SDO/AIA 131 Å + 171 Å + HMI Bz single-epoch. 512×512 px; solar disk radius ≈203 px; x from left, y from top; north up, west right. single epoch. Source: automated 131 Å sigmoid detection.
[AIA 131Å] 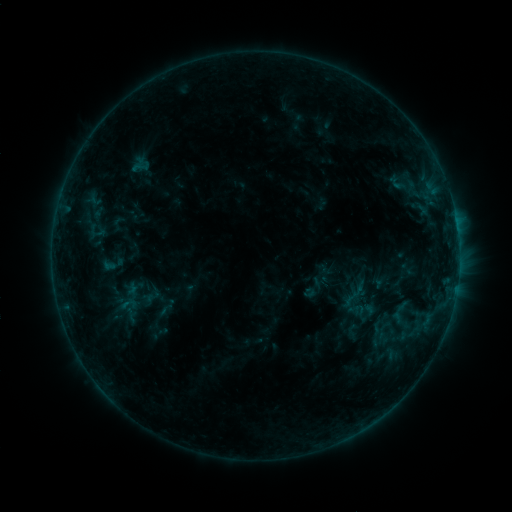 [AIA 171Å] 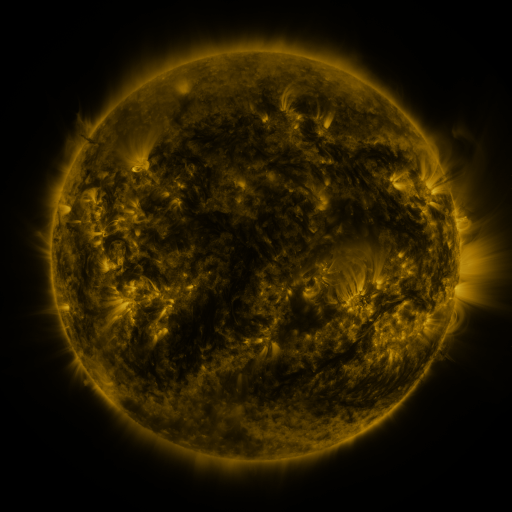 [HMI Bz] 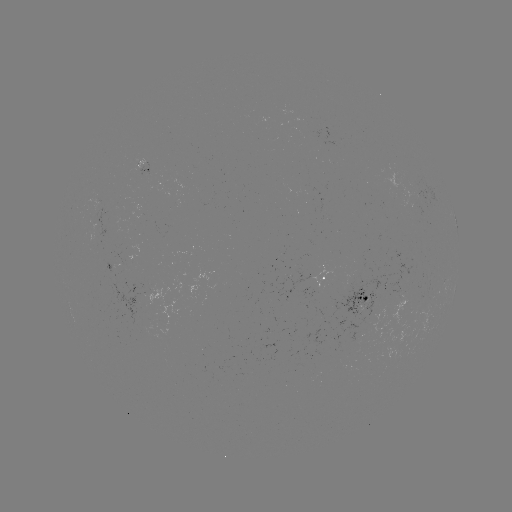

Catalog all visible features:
sigmoid: <bbox>339, 282, 367, 312</bbox>
sigmoid: <bbox>152, 301, 177, 319</bbox>
